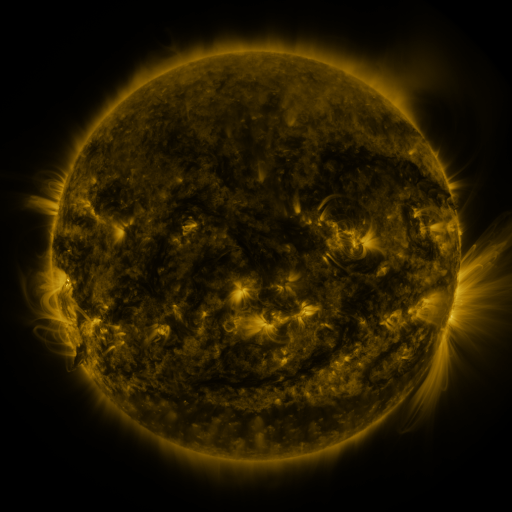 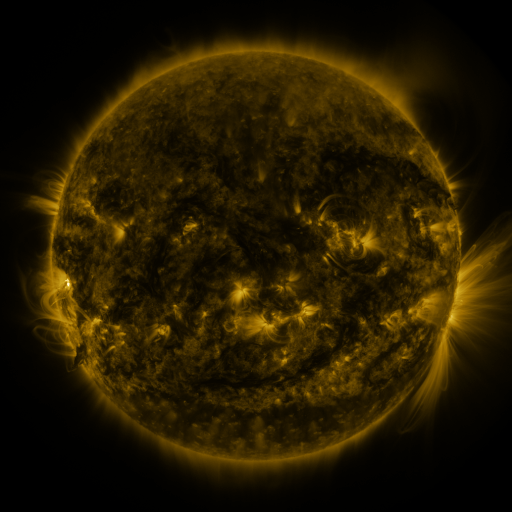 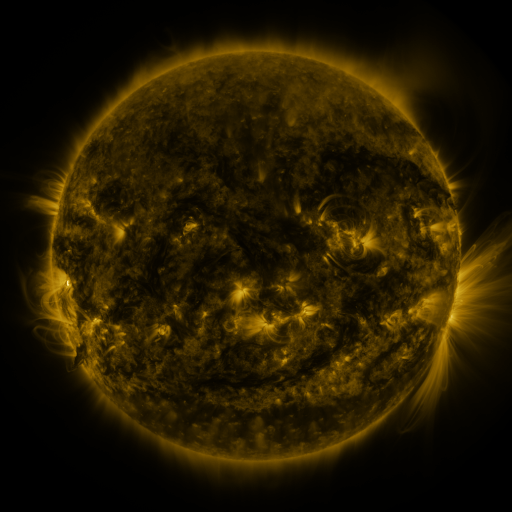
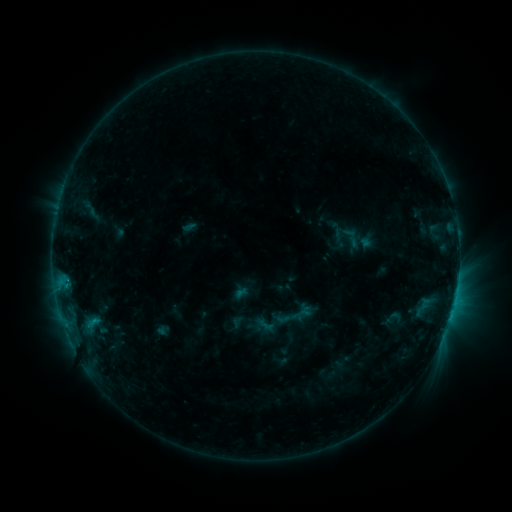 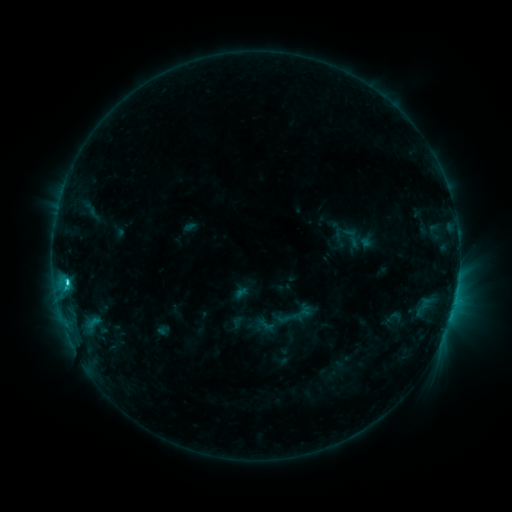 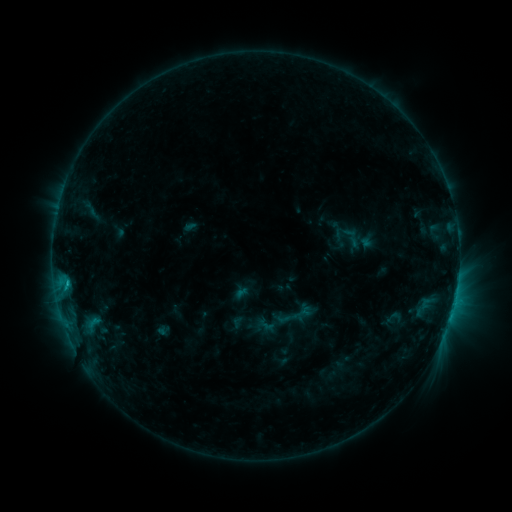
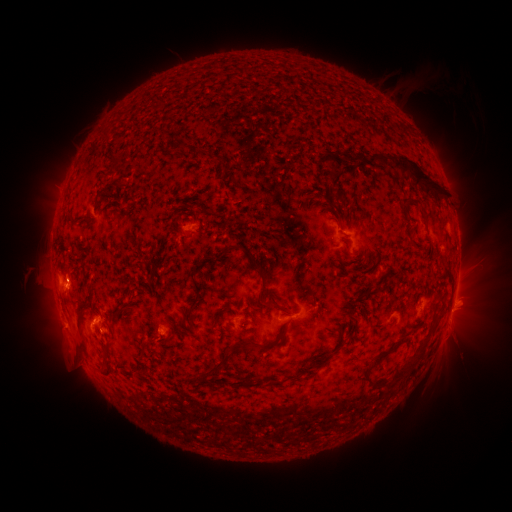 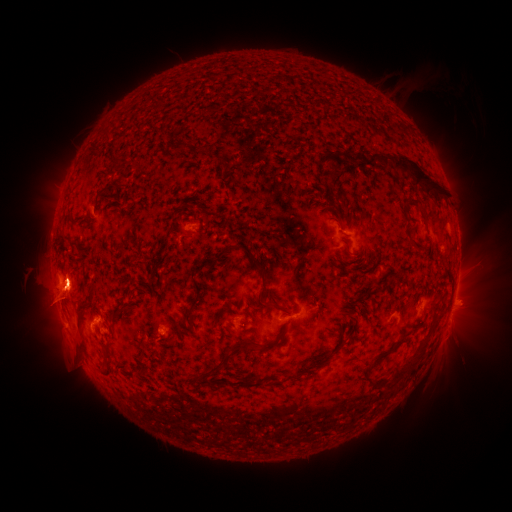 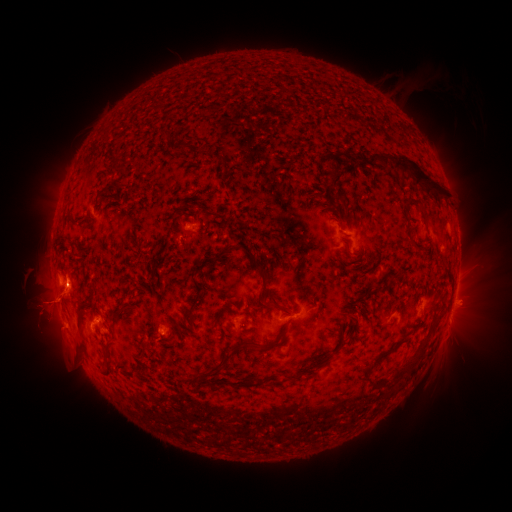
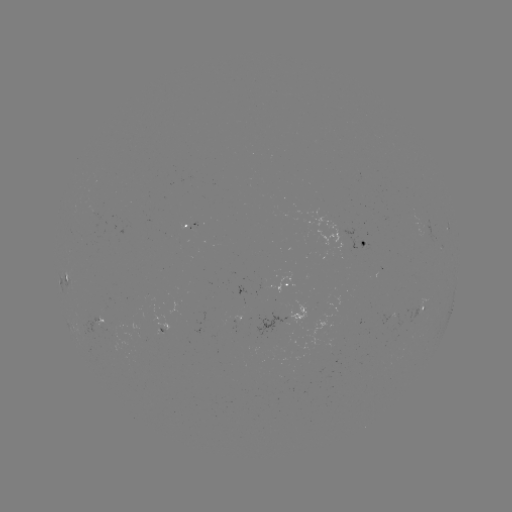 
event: flare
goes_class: C3.4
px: (68, 279)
